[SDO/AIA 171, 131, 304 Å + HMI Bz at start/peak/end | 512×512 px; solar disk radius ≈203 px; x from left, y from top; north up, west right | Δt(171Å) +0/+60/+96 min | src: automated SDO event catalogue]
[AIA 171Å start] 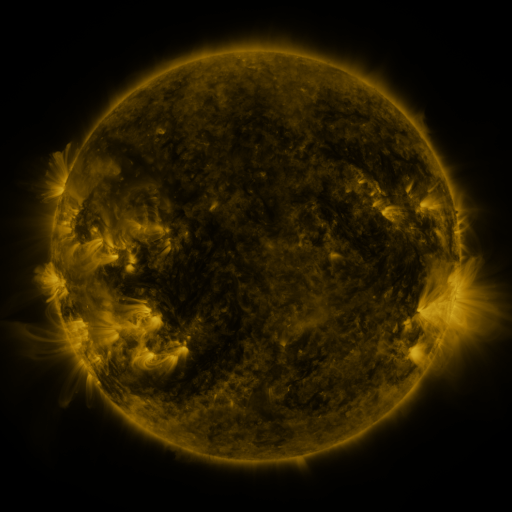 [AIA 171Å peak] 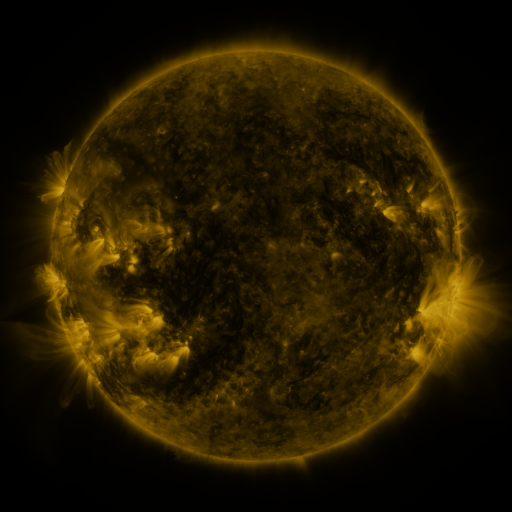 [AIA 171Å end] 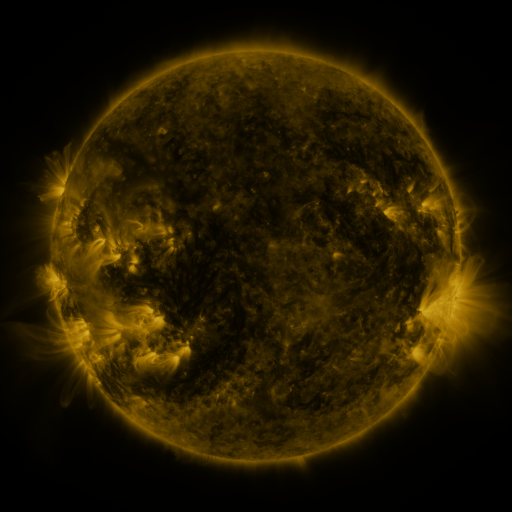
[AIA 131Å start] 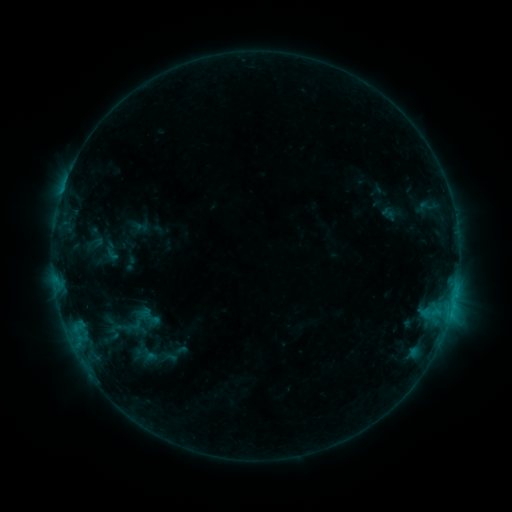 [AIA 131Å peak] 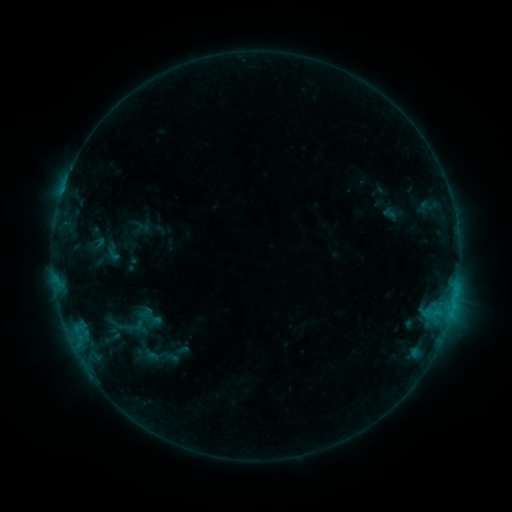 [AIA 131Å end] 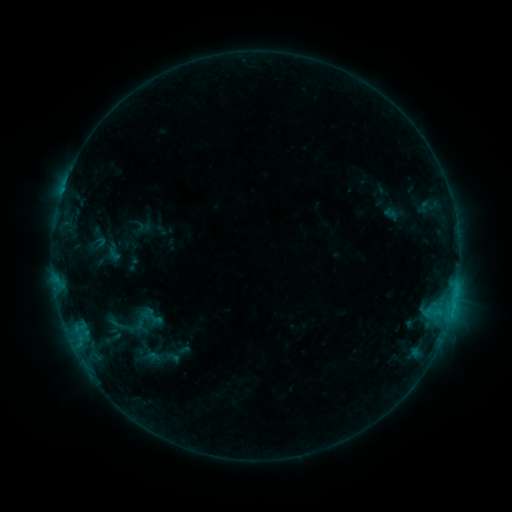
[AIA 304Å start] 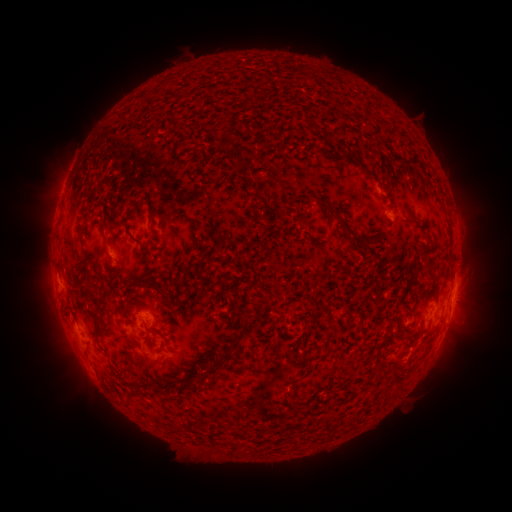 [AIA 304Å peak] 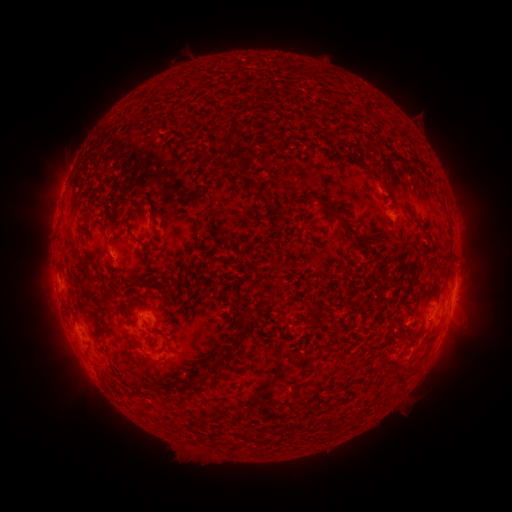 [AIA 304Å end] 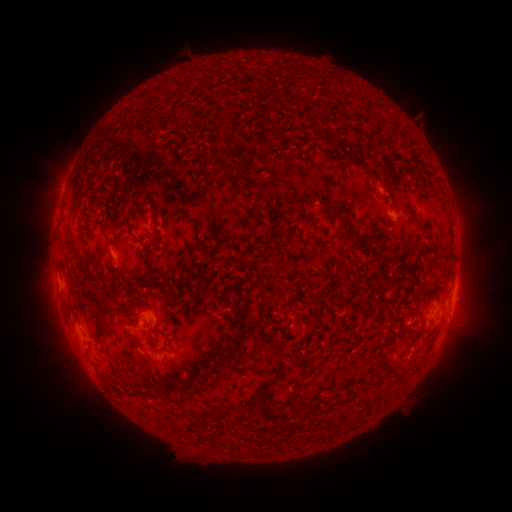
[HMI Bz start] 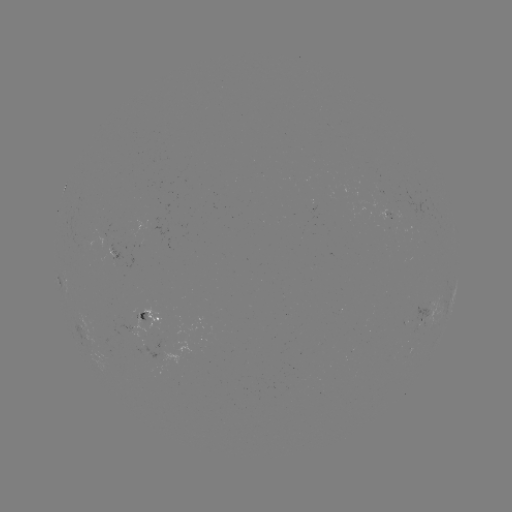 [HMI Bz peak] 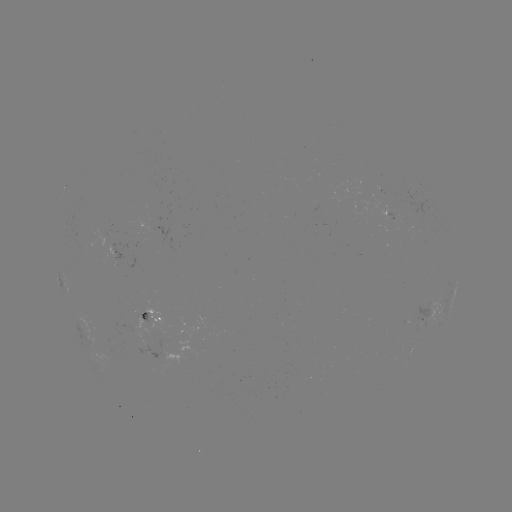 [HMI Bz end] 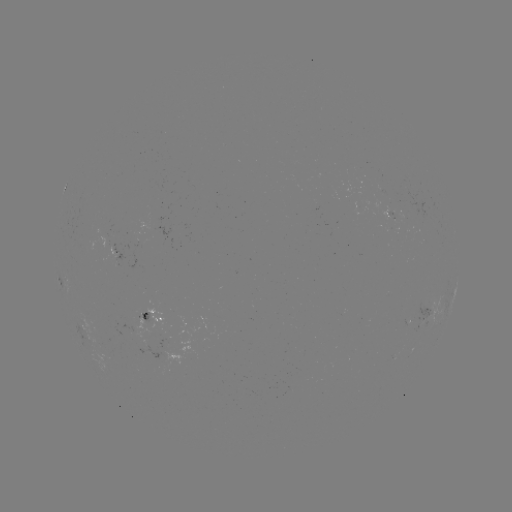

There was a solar emerging-flux region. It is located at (116, 258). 